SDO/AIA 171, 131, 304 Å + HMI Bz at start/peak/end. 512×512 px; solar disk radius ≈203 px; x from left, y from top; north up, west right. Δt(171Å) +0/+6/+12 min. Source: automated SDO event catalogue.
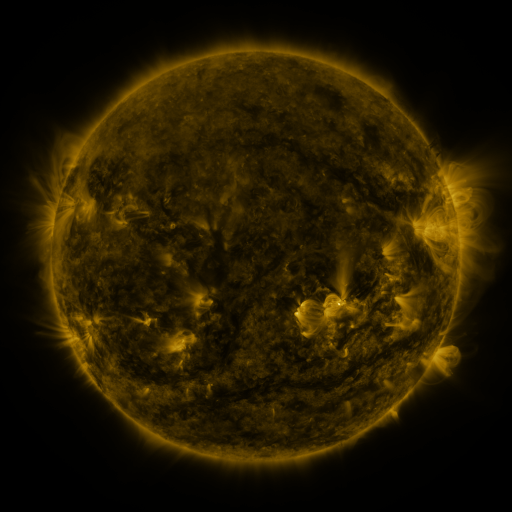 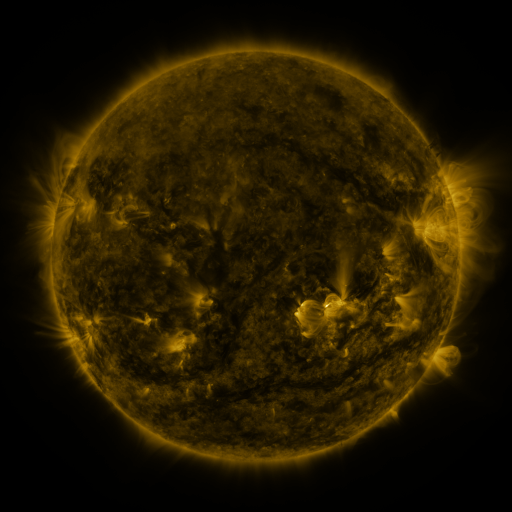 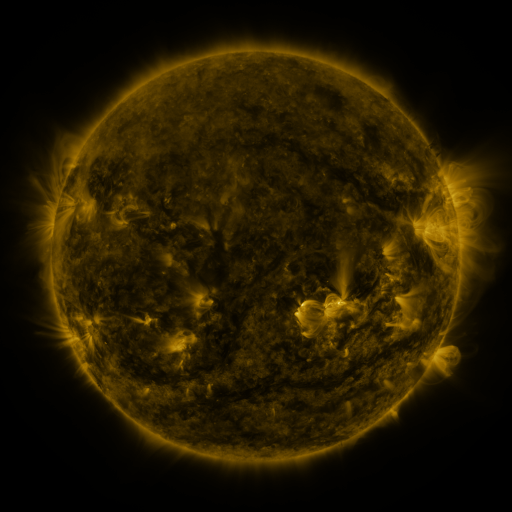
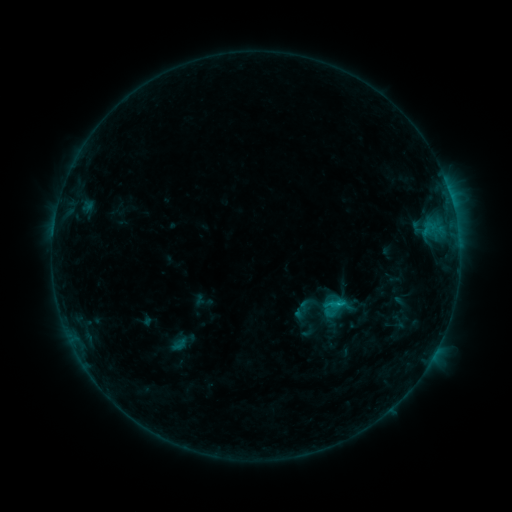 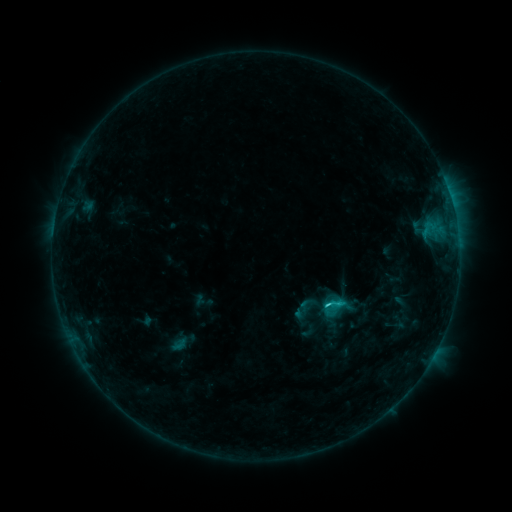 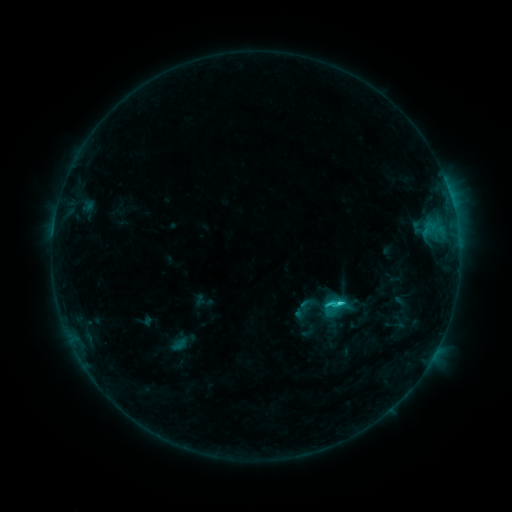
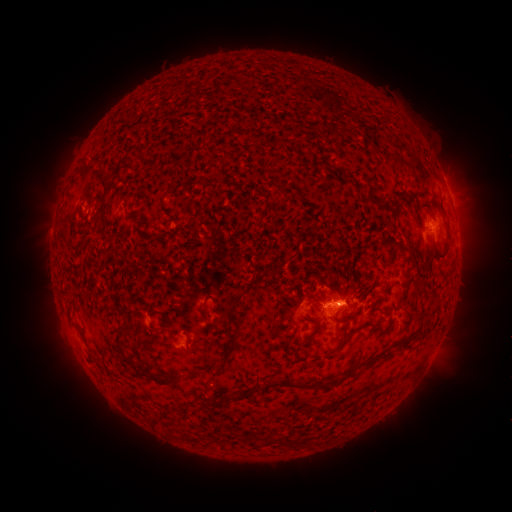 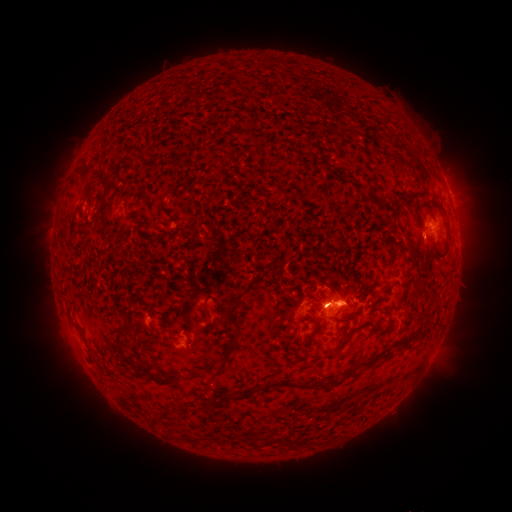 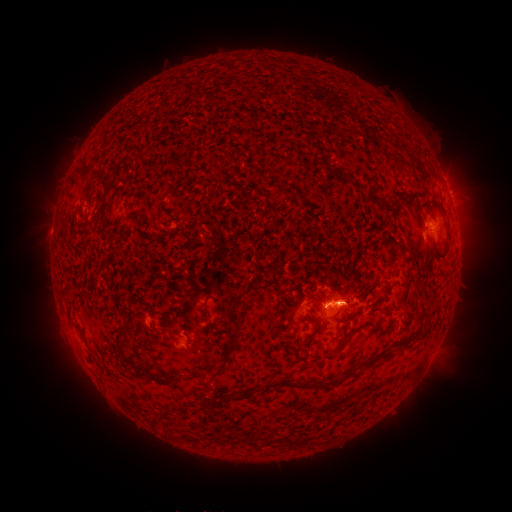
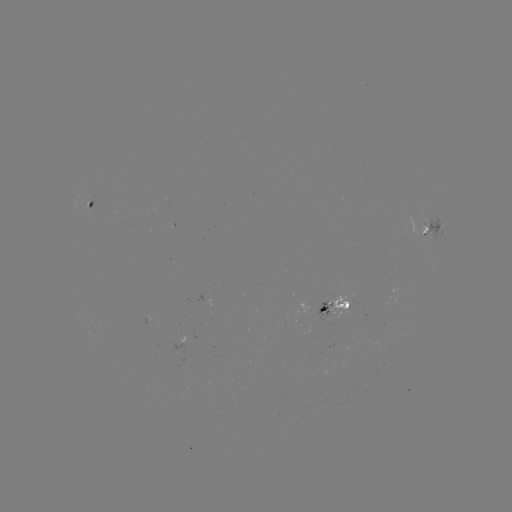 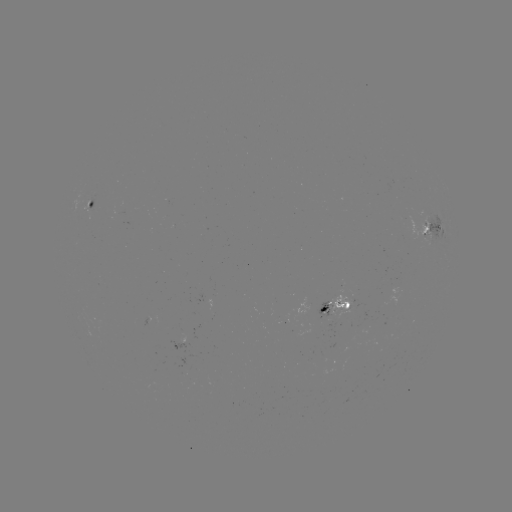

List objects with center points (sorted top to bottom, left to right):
C1.9 flare: (337, 299)
